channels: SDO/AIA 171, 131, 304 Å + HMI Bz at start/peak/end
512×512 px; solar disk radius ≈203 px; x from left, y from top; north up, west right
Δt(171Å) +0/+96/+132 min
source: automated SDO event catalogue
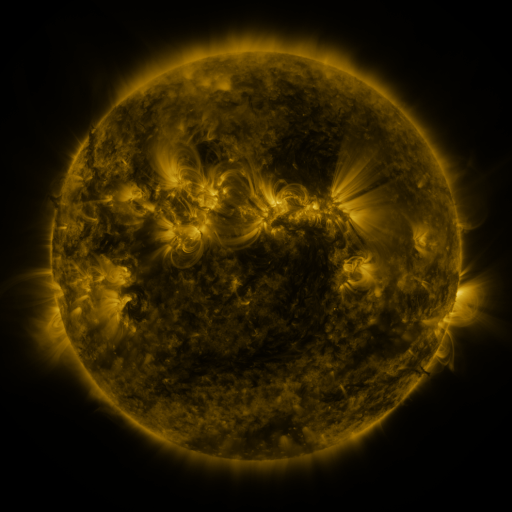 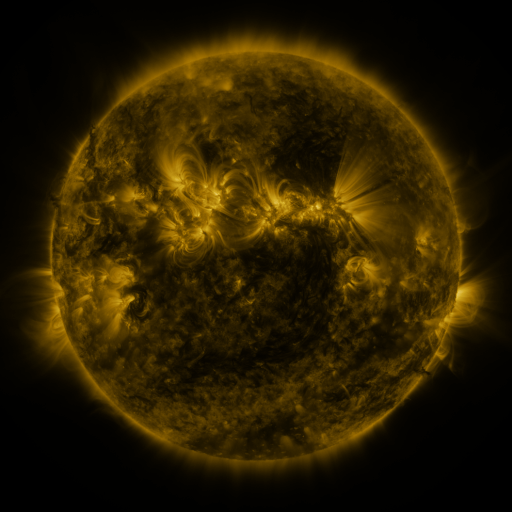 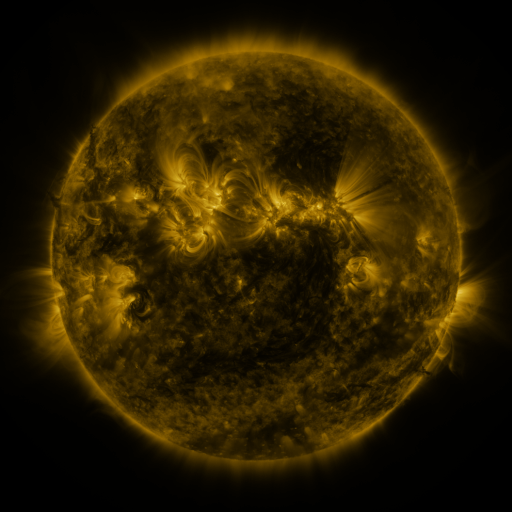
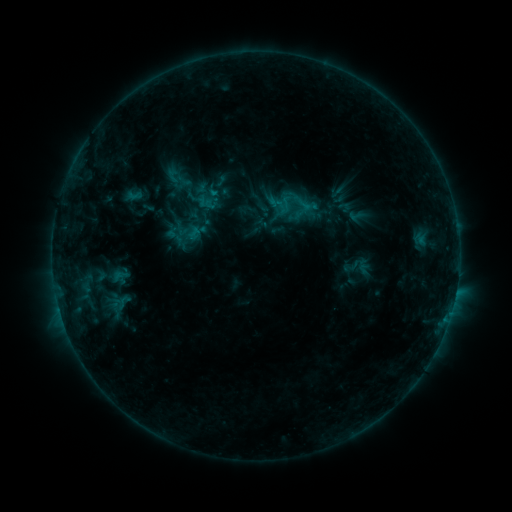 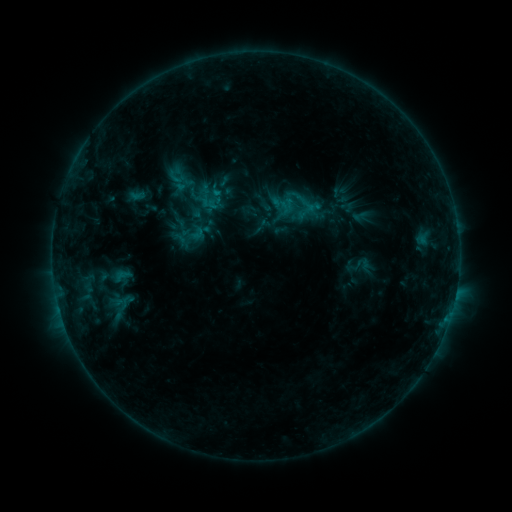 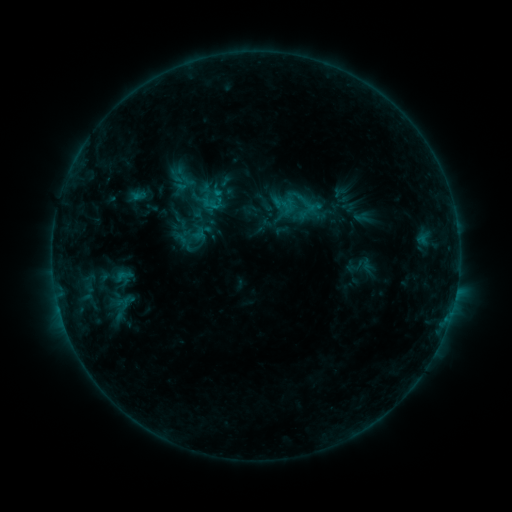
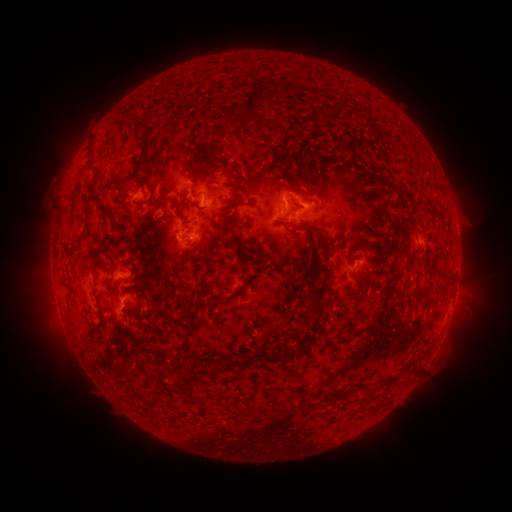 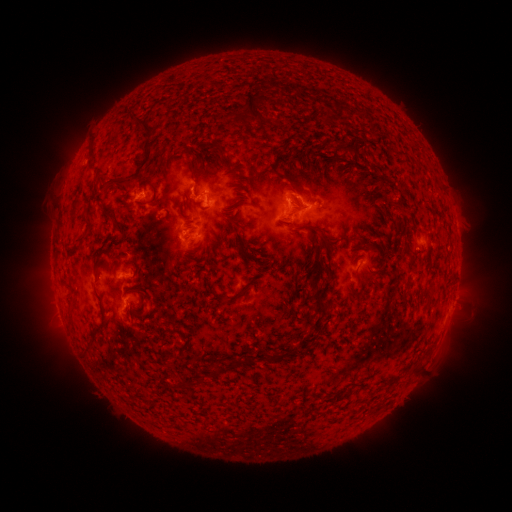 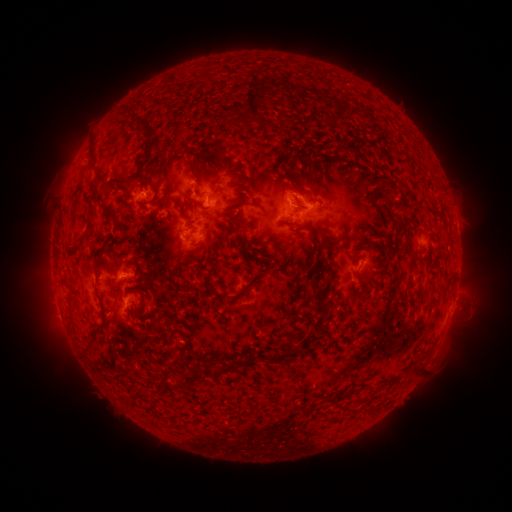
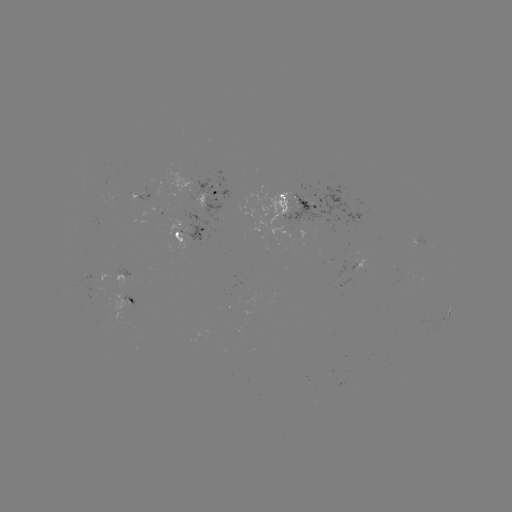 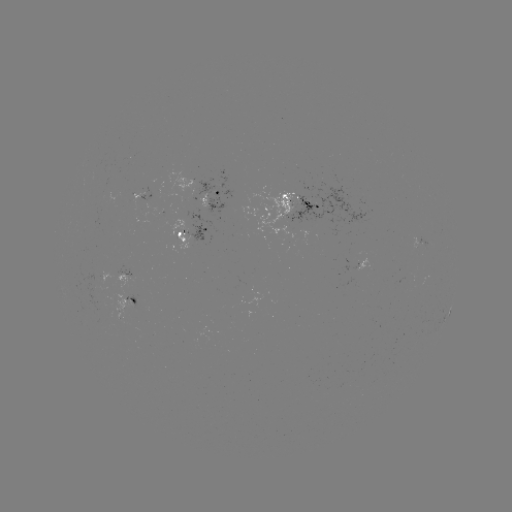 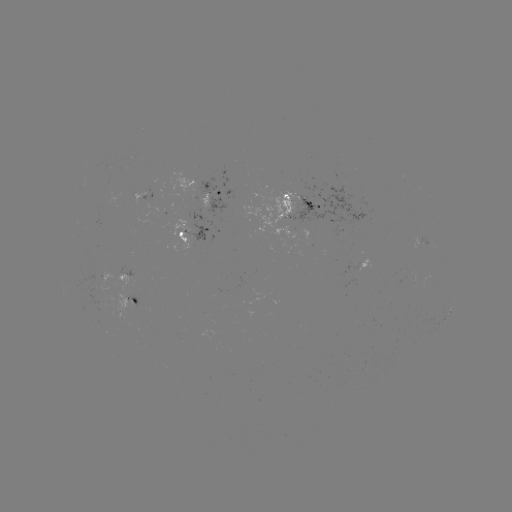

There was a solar emerging-flux region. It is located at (323, 206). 